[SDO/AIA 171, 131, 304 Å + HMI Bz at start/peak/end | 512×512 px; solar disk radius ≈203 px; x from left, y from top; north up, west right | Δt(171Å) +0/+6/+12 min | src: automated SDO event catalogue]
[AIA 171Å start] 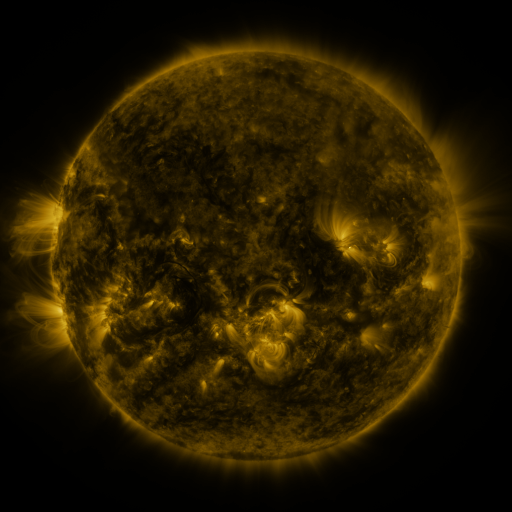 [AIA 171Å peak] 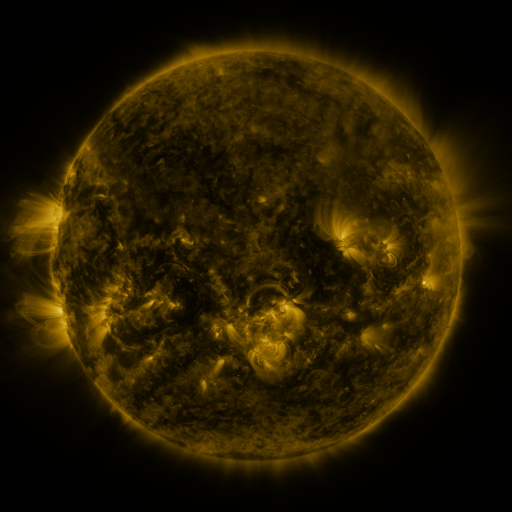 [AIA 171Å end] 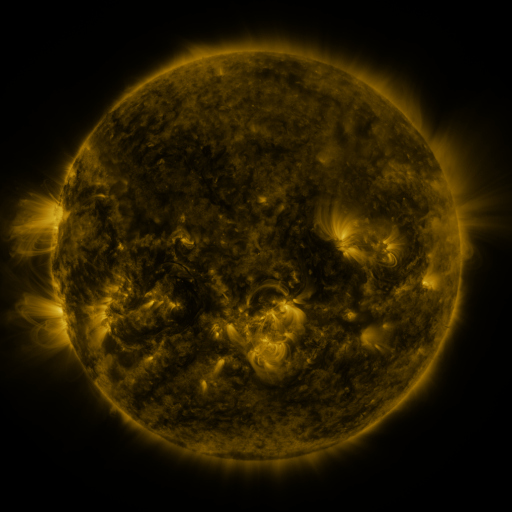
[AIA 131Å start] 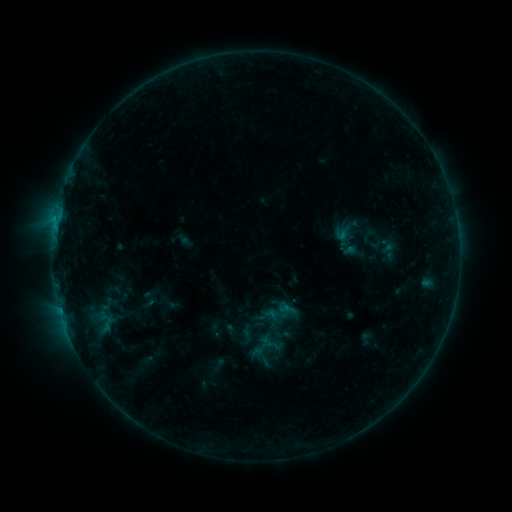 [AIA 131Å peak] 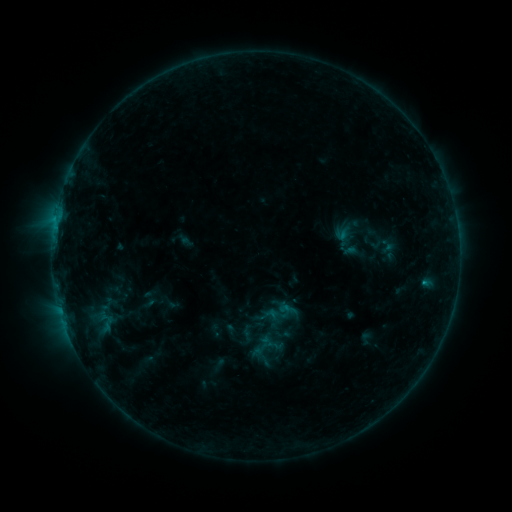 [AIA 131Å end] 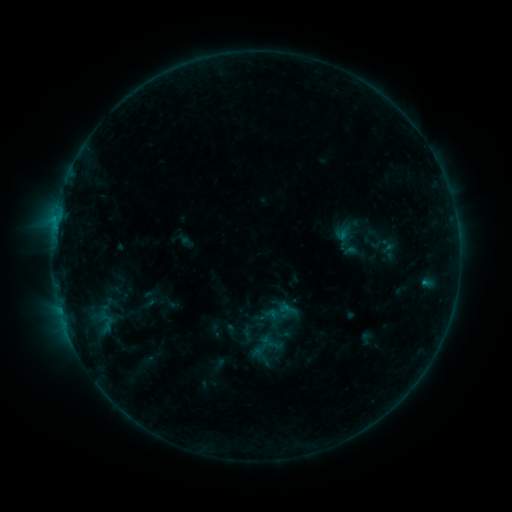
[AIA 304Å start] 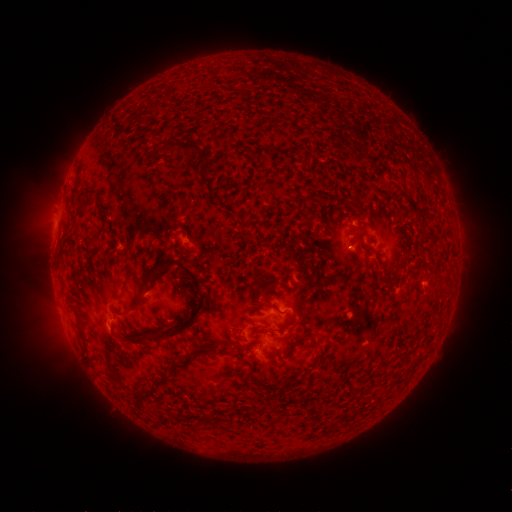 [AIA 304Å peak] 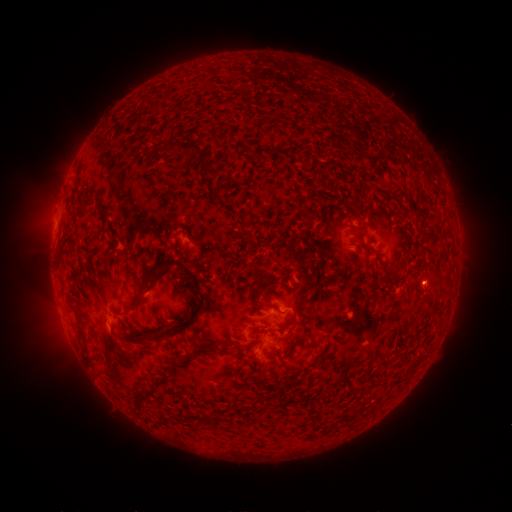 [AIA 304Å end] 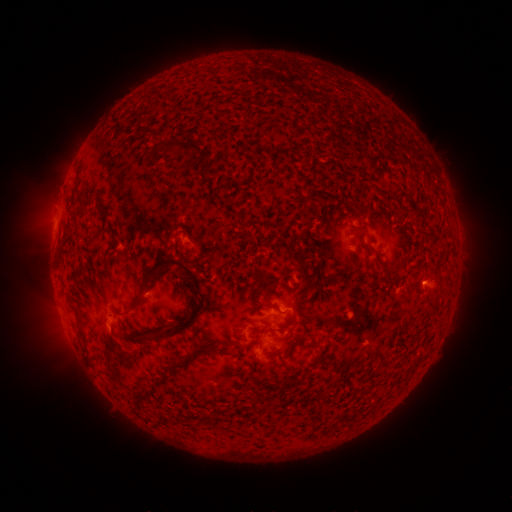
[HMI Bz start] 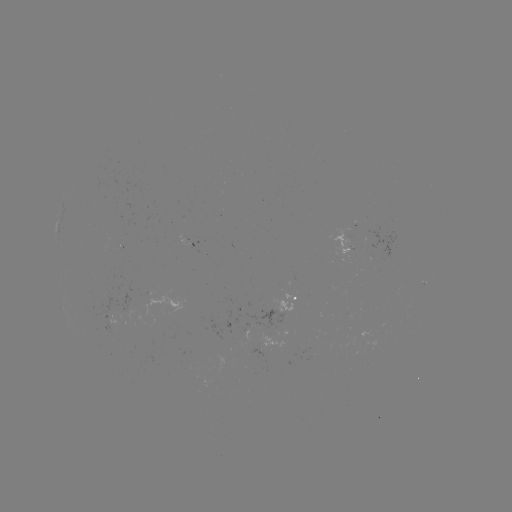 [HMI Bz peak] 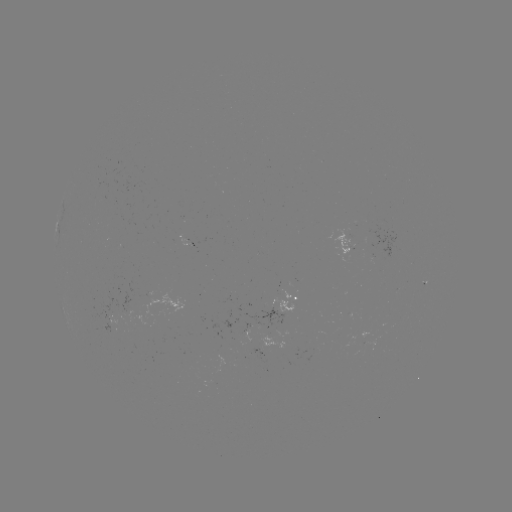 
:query eruption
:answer [431, 284]